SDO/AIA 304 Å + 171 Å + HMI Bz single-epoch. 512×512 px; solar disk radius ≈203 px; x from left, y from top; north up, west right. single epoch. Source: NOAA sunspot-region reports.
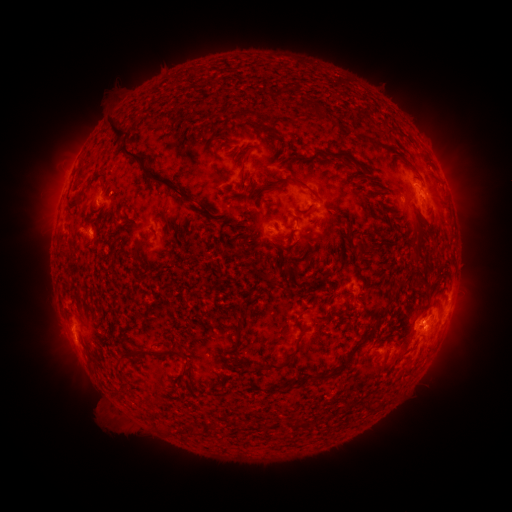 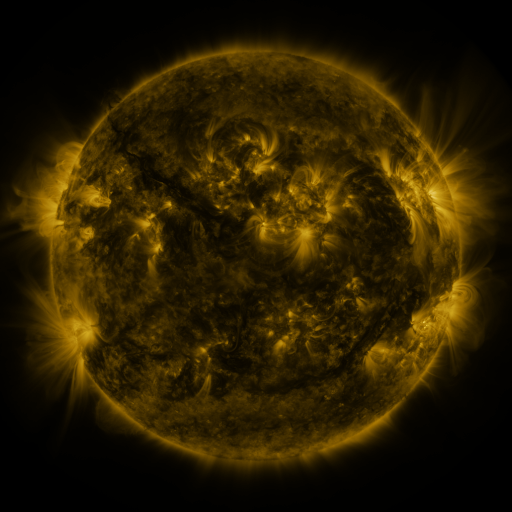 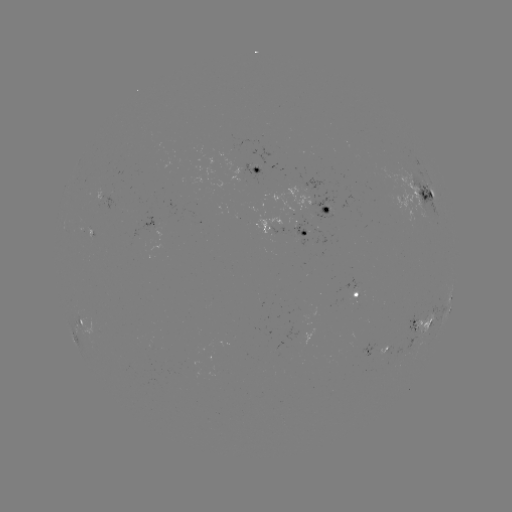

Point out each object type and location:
spotted active region: (259, 173)
spotted active region: (427, 198)
spotted active region: (329, 213)
spotted active region: (304, 227)
spotted active region: (359, 297)
spotted active region: (449, 307)
spotted active region: (80, 320)
spotted active region: (421, 327)
spotted active region: (376, 352)
